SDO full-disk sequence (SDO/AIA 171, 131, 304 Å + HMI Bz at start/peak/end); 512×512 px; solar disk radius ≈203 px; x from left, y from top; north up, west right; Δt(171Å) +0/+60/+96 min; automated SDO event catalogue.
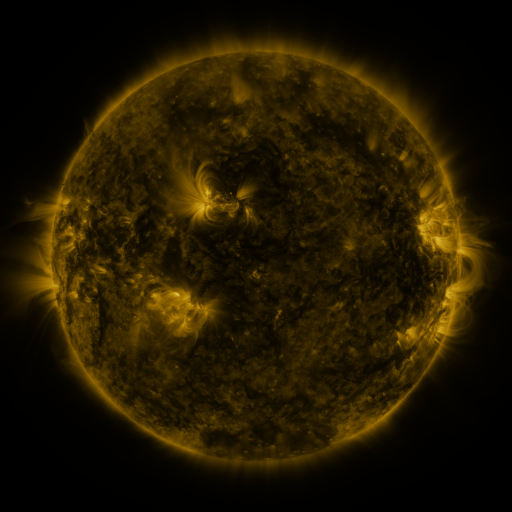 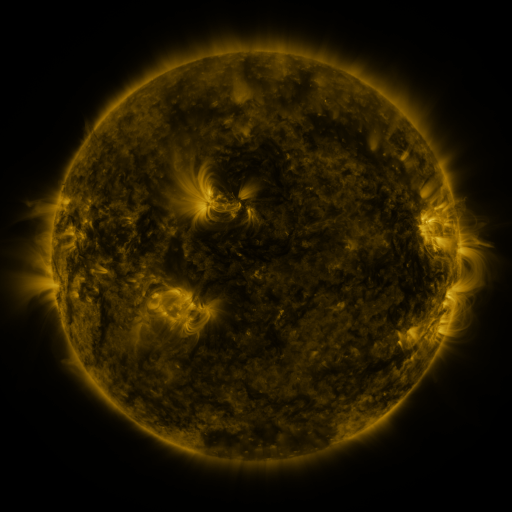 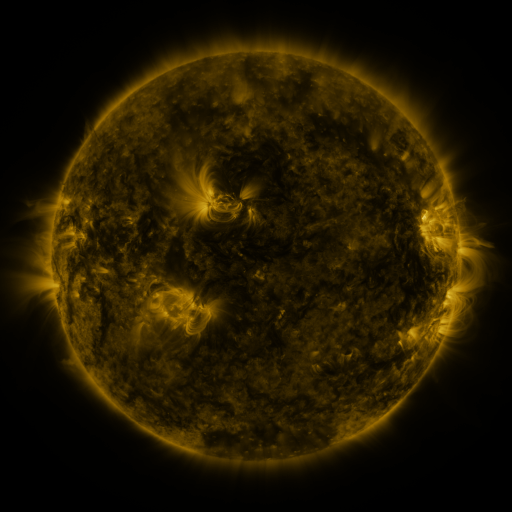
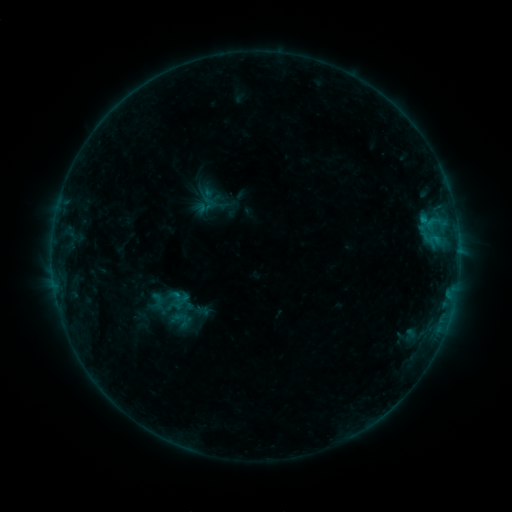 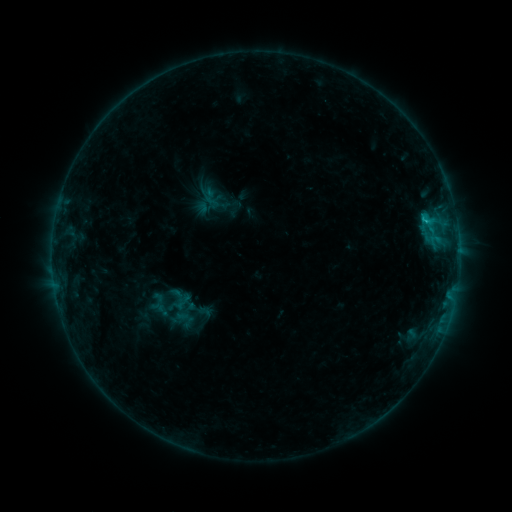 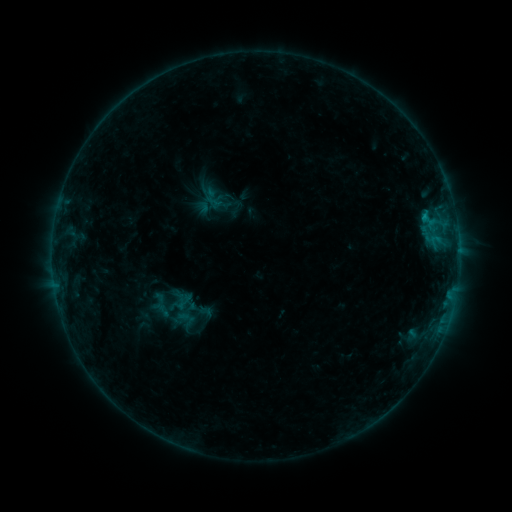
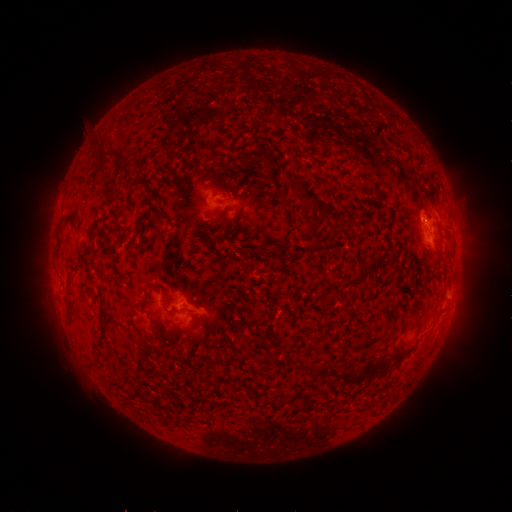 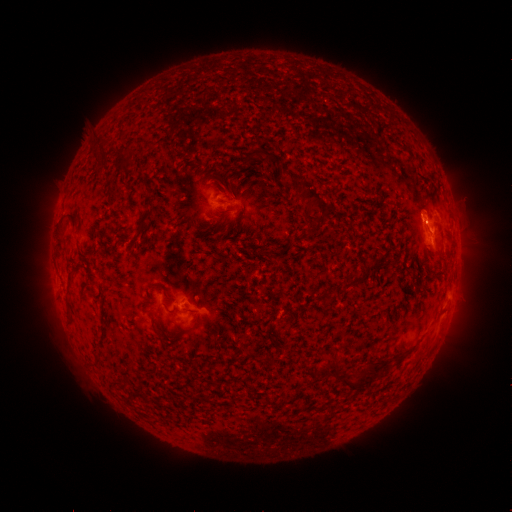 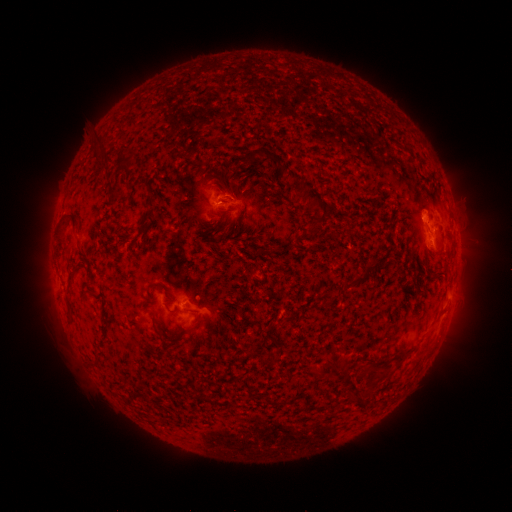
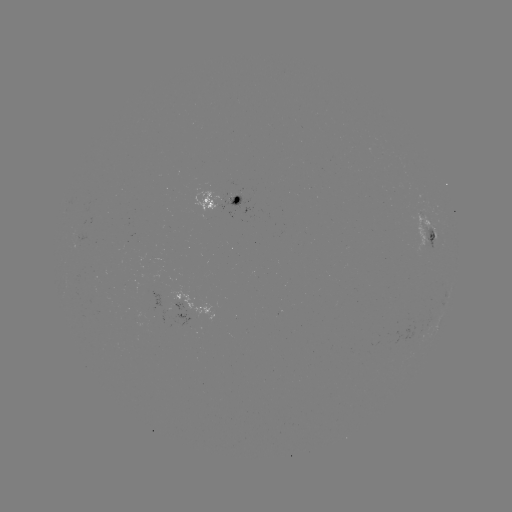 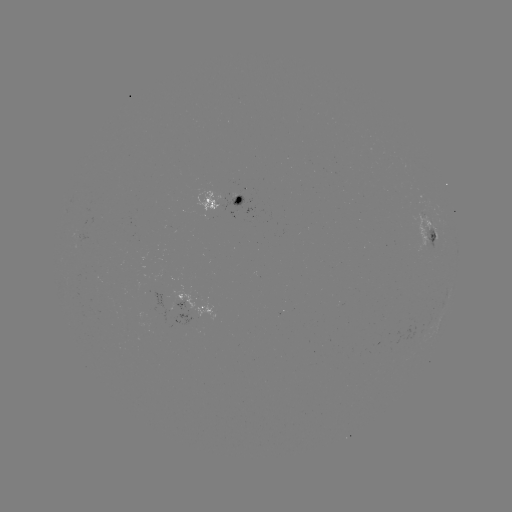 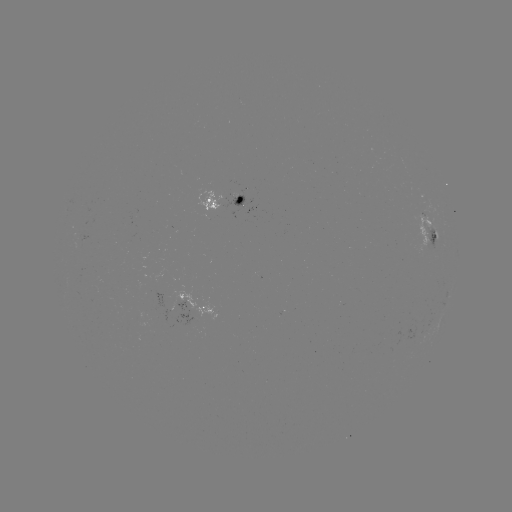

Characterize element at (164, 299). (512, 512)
emerging-flux region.